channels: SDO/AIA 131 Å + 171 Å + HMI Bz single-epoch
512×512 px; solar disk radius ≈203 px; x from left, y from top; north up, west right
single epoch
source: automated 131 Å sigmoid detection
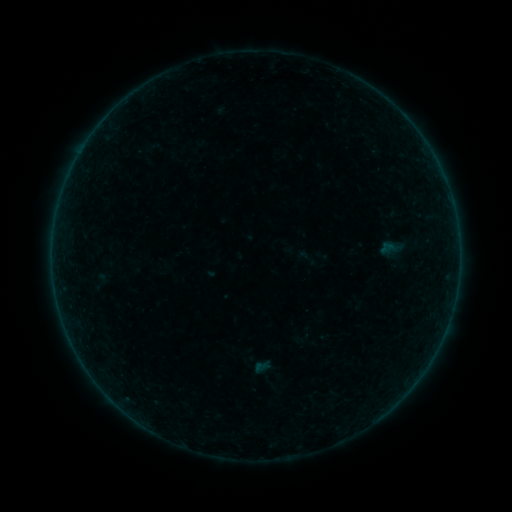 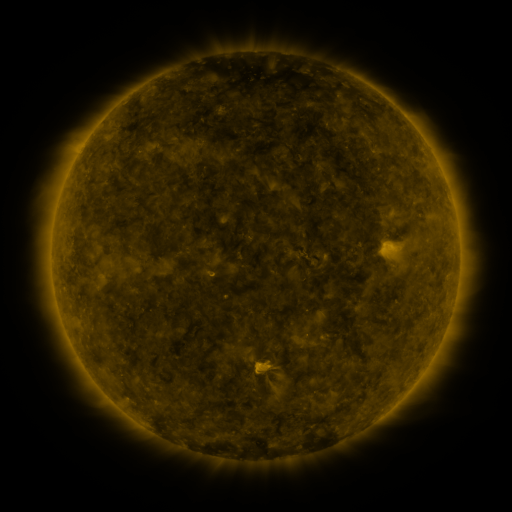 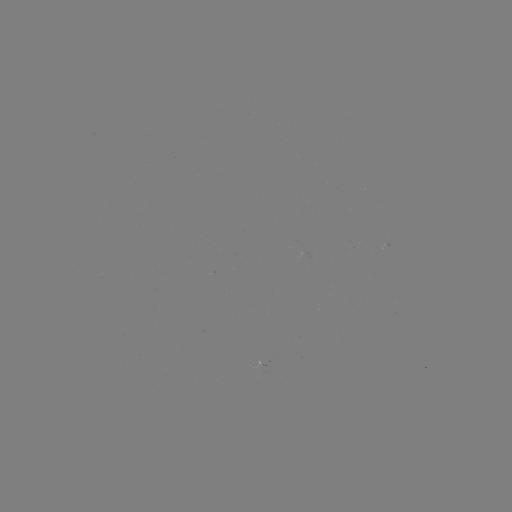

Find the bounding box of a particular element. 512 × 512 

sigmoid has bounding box [292, 244, 319, 271].